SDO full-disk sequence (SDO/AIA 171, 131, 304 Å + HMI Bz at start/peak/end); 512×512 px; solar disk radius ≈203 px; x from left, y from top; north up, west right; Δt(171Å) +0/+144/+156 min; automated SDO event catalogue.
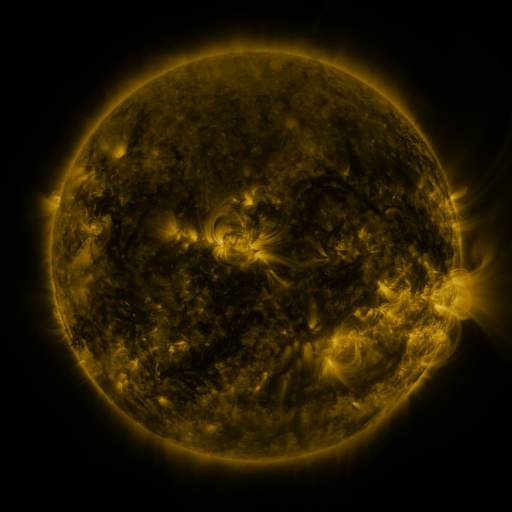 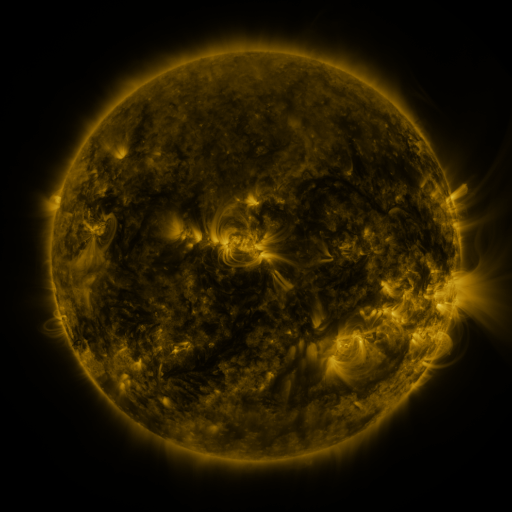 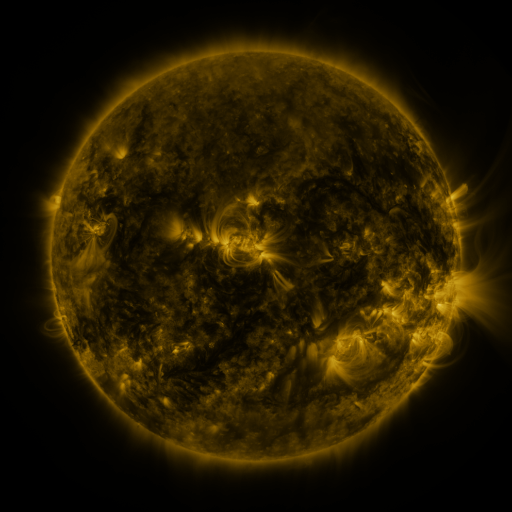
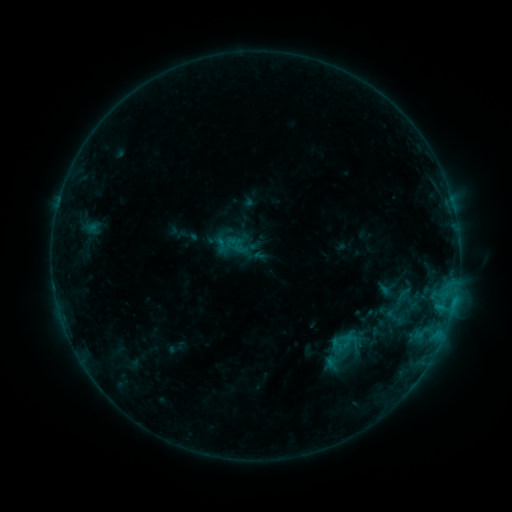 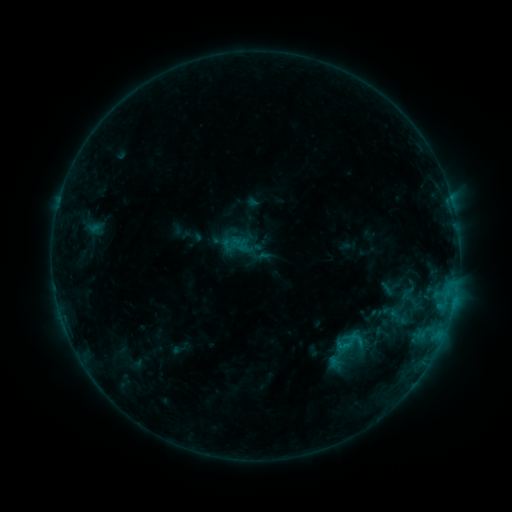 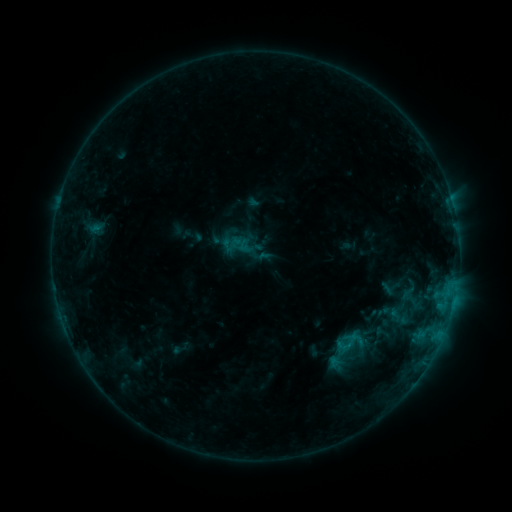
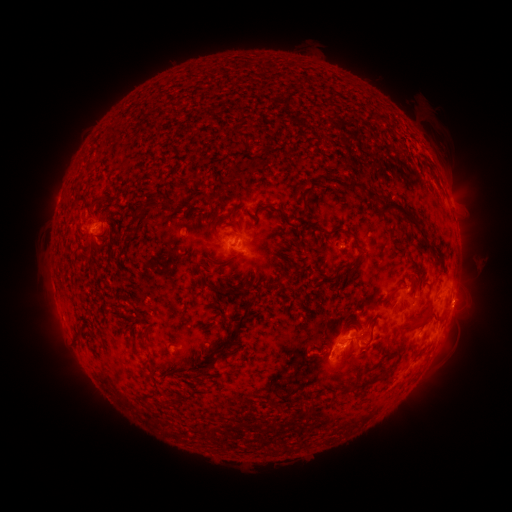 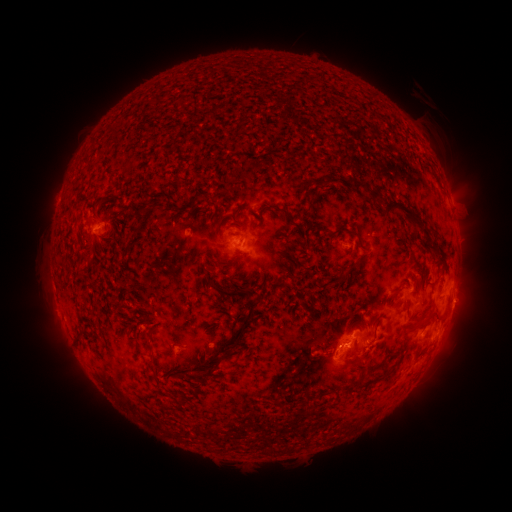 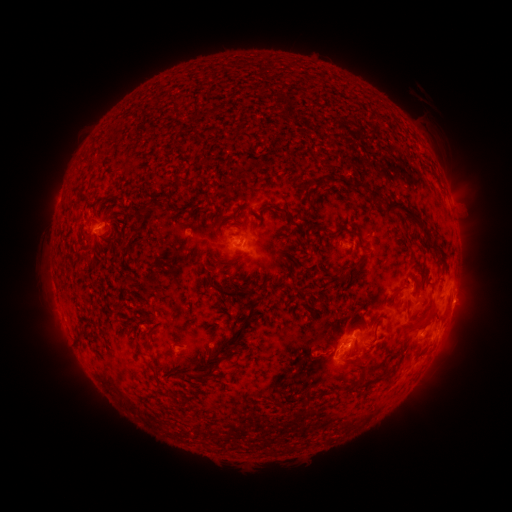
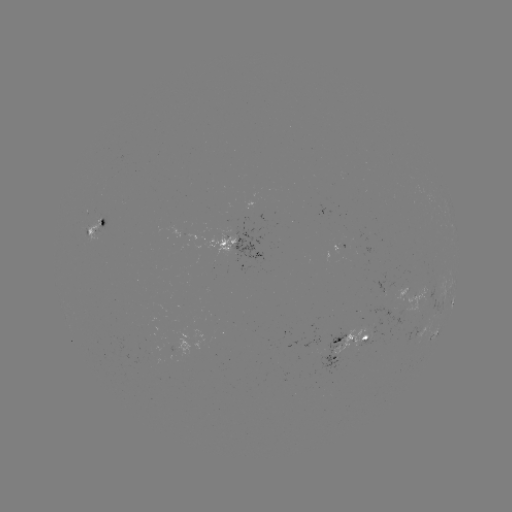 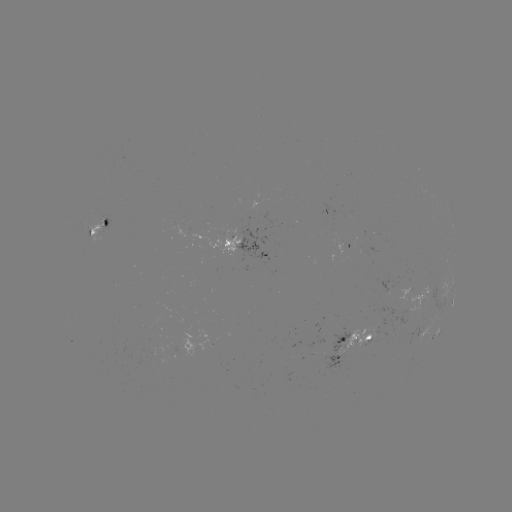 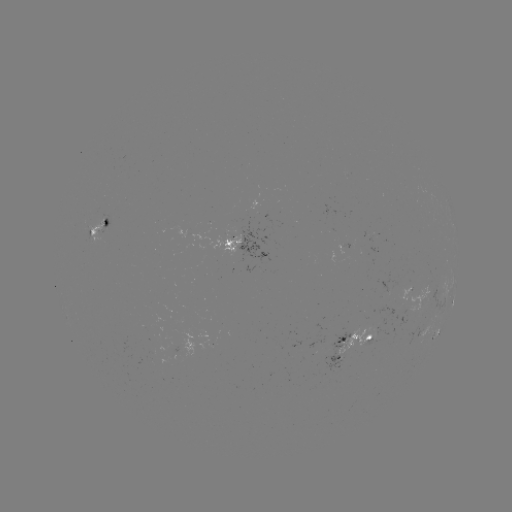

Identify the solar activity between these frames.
emerging-flux region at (358, 338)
